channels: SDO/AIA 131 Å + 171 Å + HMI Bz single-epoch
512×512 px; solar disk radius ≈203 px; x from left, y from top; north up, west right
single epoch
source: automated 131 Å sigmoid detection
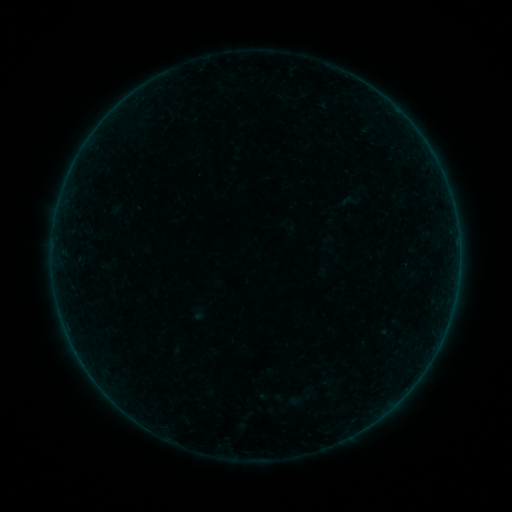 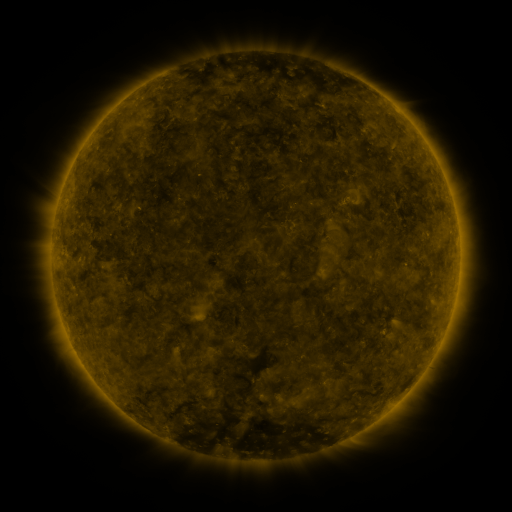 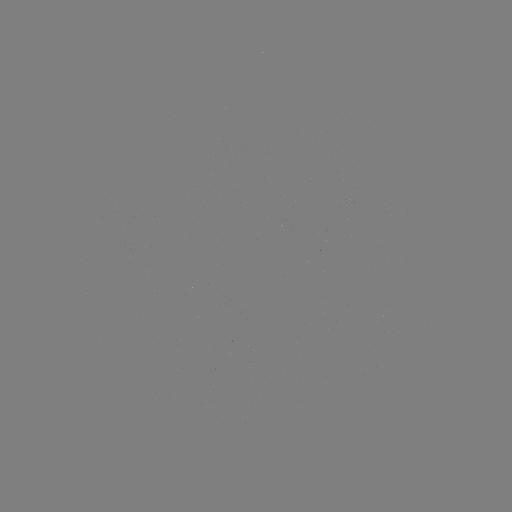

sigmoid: <bbox>336, 191, 358, 211</bbox>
